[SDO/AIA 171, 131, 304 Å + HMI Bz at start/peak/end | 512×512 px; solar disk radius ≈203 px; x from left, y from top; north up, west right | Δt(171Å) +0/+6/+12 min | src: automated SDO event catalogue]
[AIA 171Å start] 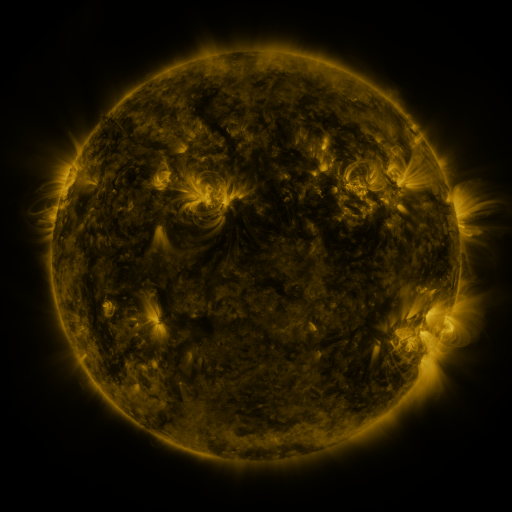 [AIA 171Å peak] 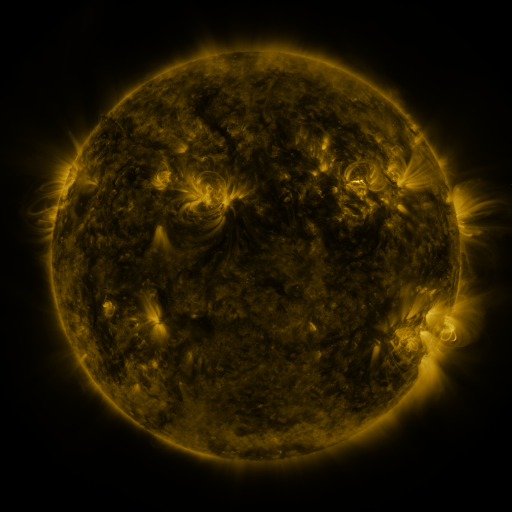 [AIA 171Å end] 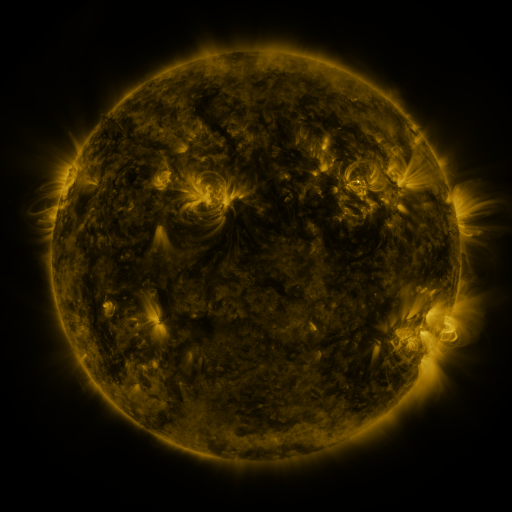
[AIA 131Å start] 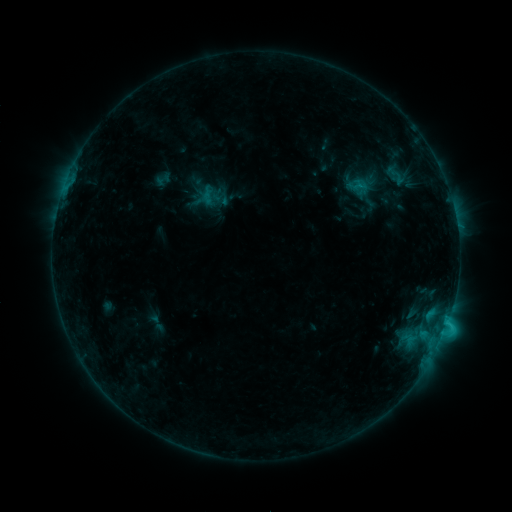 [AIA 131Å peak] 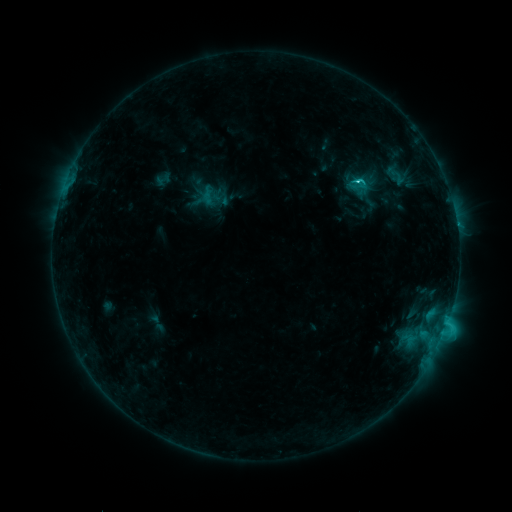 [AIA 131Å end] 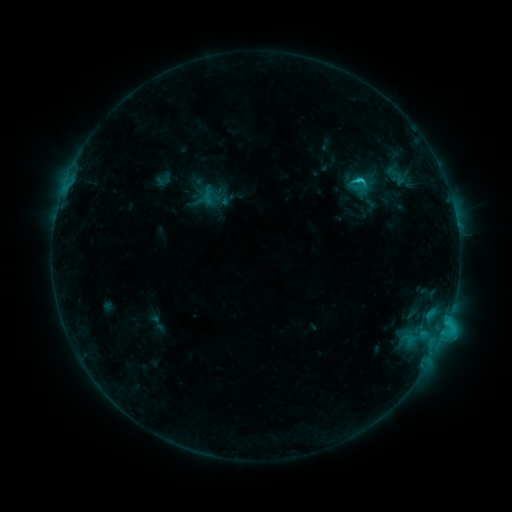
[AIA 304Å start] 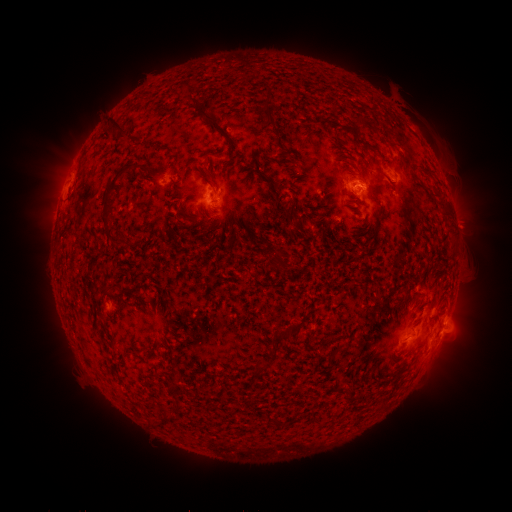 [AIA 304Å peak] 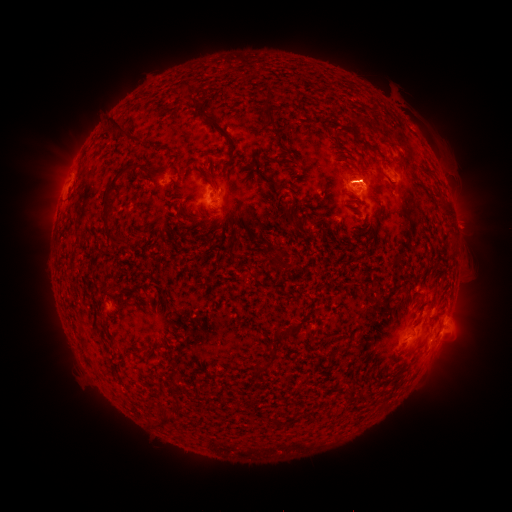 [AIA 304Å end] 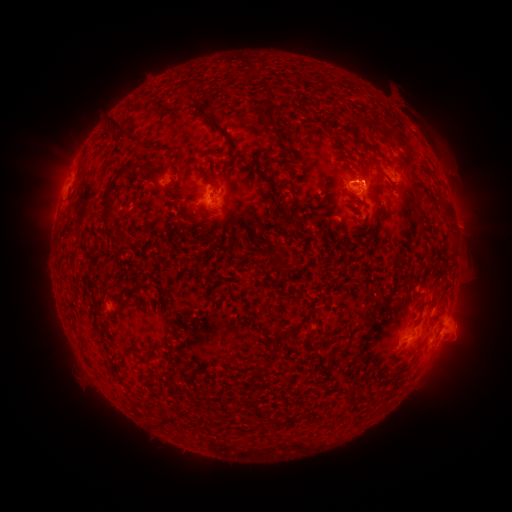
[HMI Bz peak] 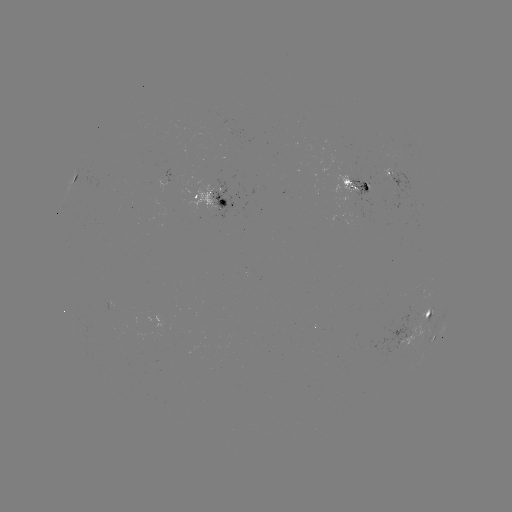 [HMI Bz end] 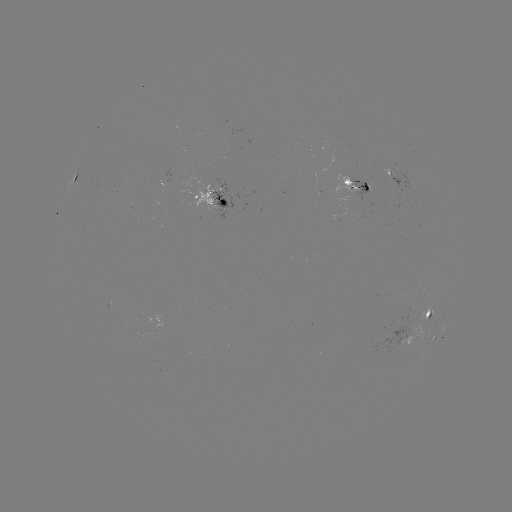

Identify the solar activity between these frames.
eruption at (370, 178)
